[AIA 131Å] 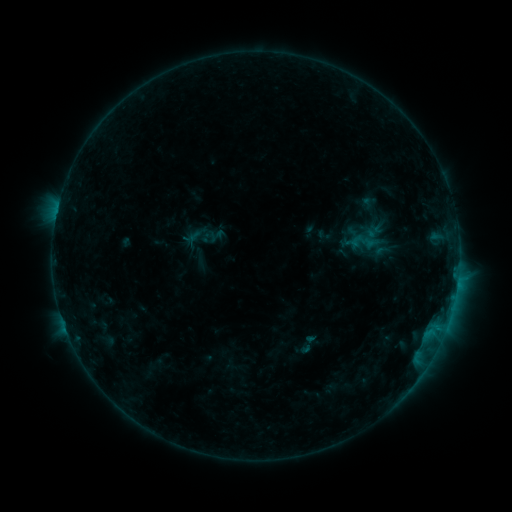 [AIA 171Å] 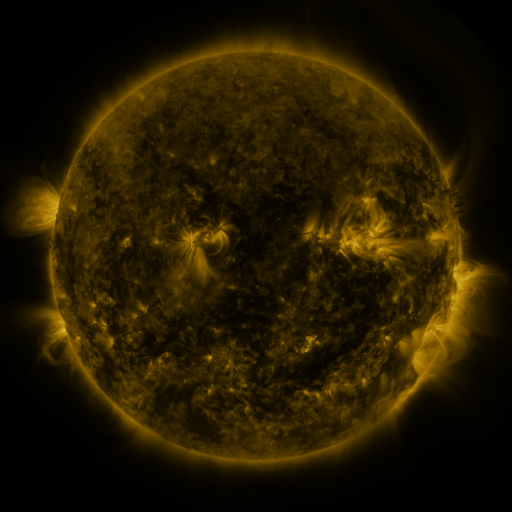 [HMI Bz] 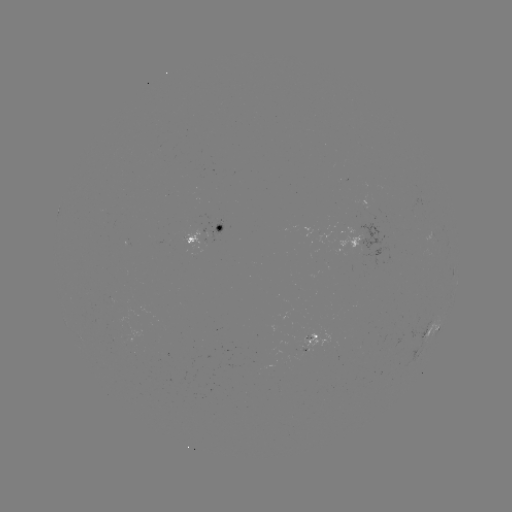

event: sigmoid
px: (364, 242)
